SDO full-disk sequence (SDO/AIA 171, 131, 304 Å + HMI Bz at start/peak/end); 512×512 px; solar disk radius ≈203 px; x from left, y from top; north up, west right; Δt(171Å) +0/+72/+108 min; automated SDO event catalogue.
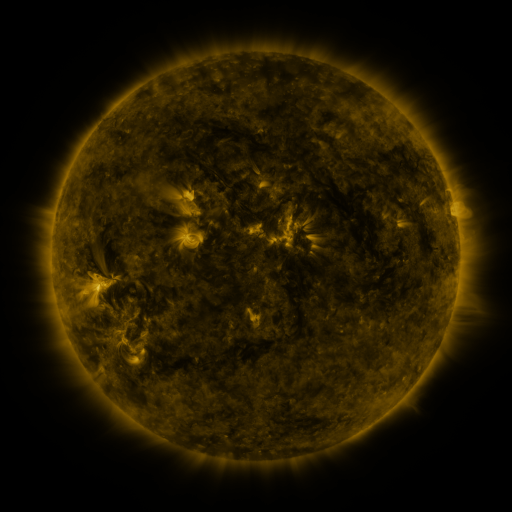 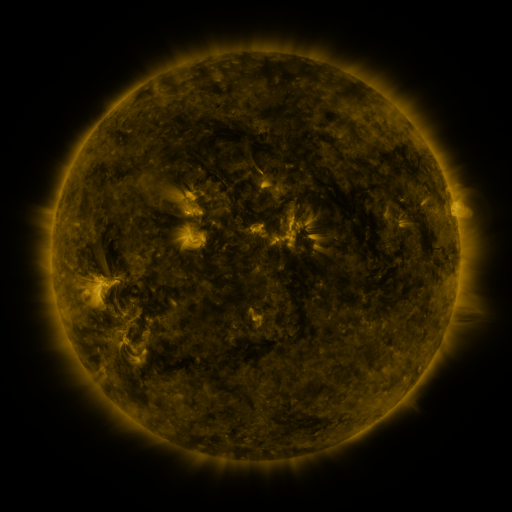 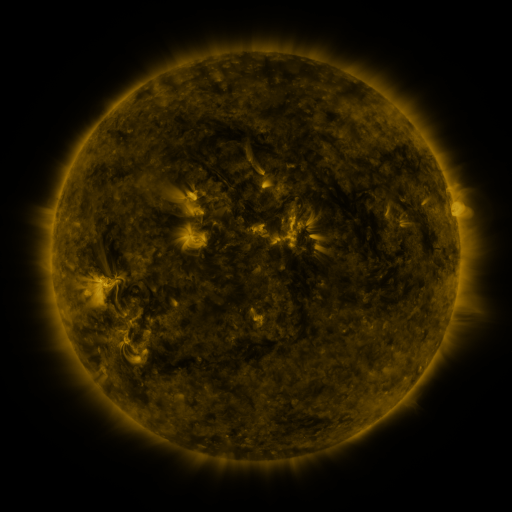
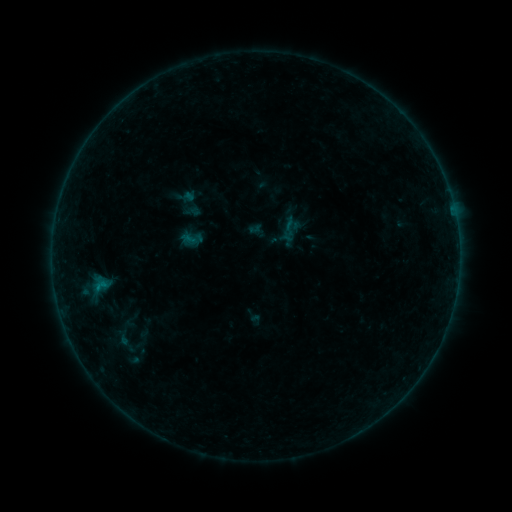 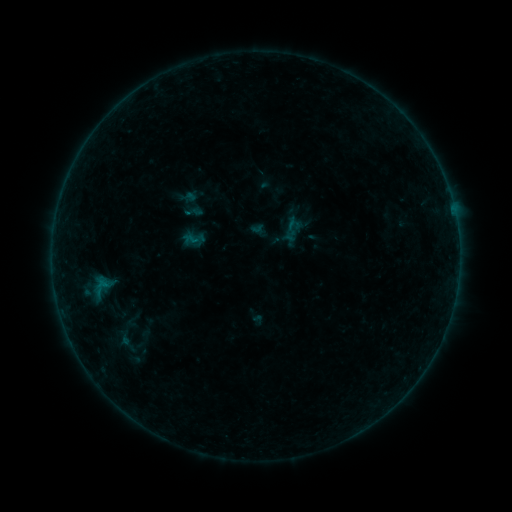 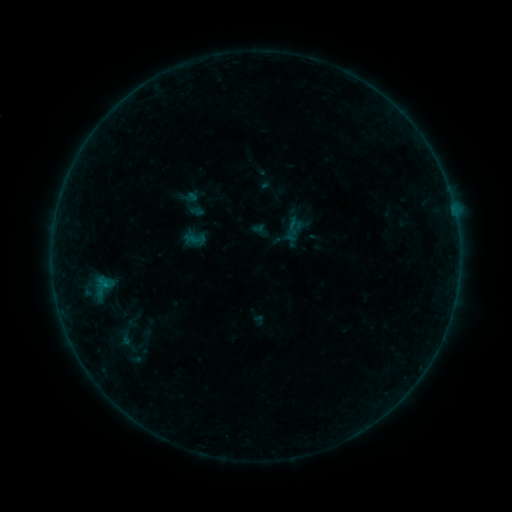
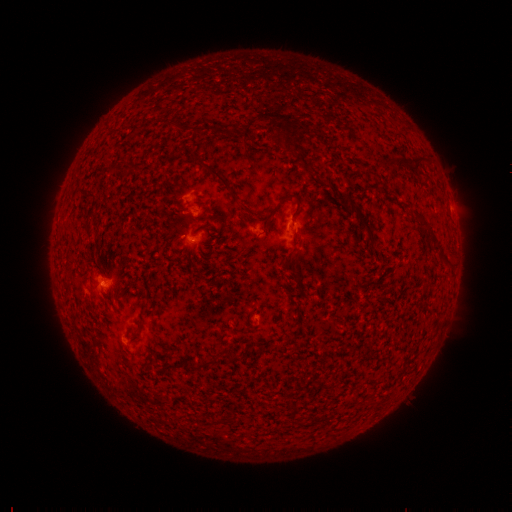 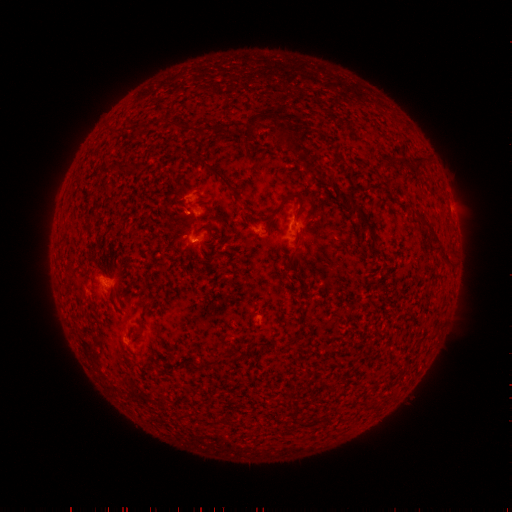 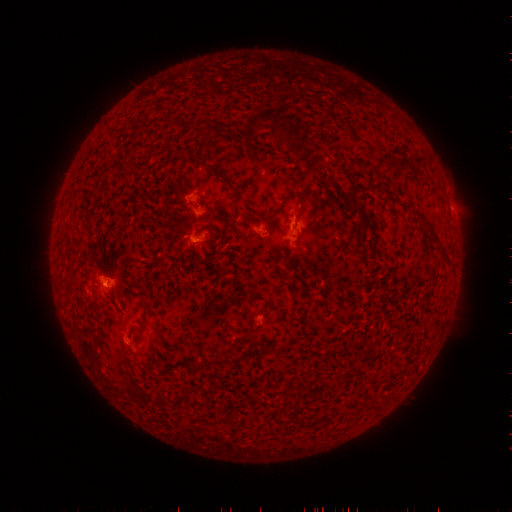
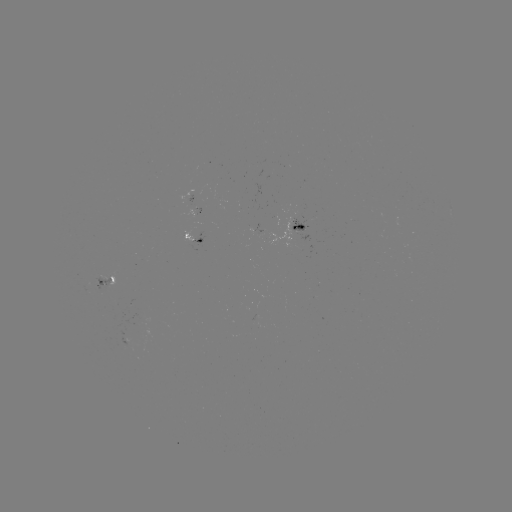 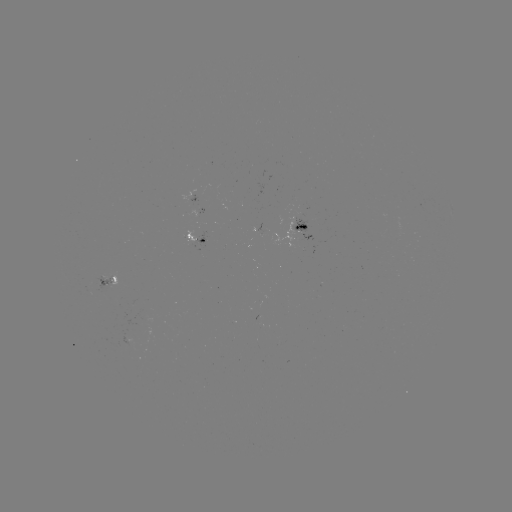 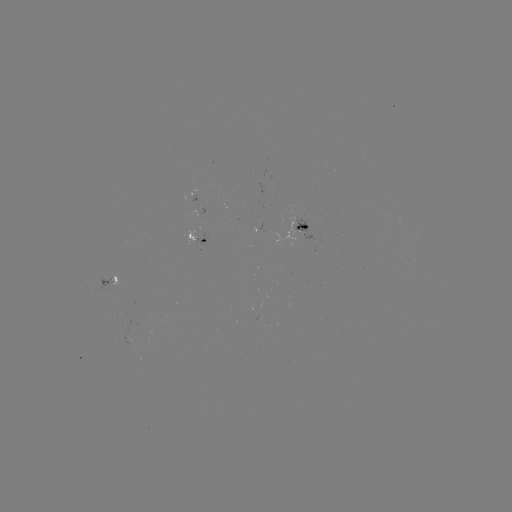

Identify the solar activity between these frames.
emerging-flux region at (134, 332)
